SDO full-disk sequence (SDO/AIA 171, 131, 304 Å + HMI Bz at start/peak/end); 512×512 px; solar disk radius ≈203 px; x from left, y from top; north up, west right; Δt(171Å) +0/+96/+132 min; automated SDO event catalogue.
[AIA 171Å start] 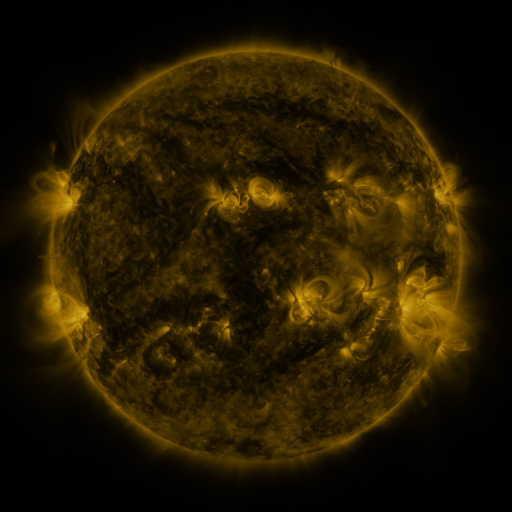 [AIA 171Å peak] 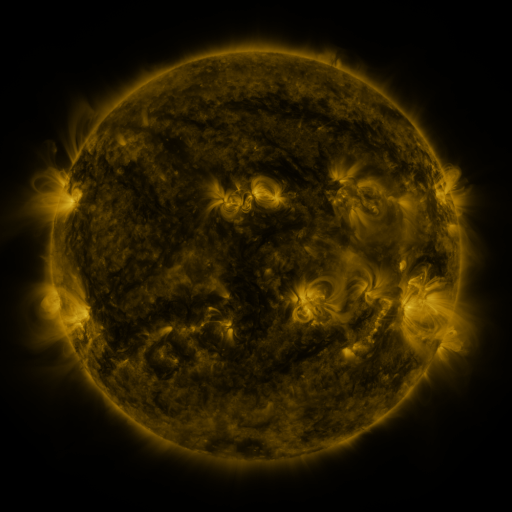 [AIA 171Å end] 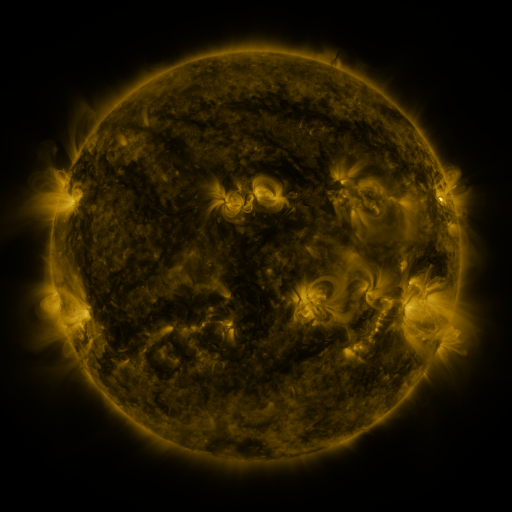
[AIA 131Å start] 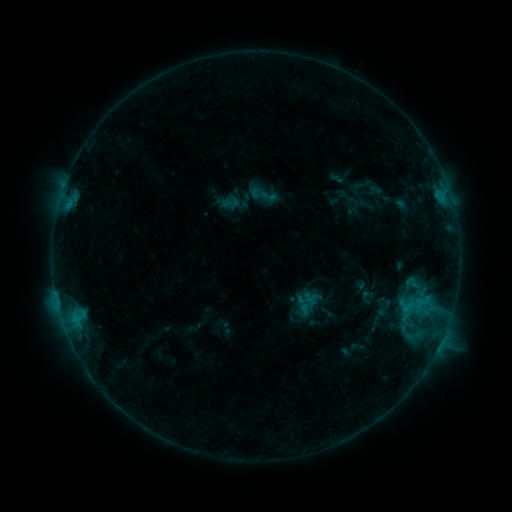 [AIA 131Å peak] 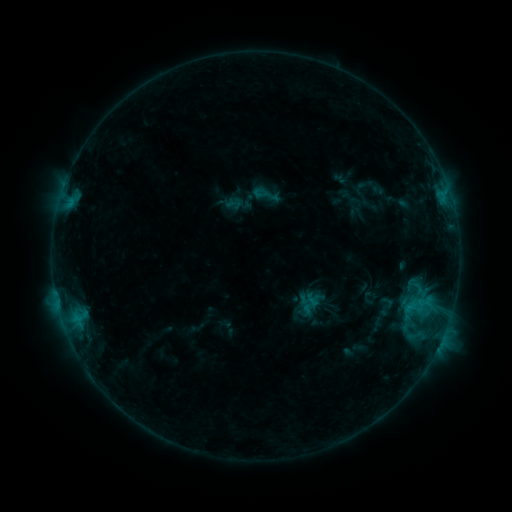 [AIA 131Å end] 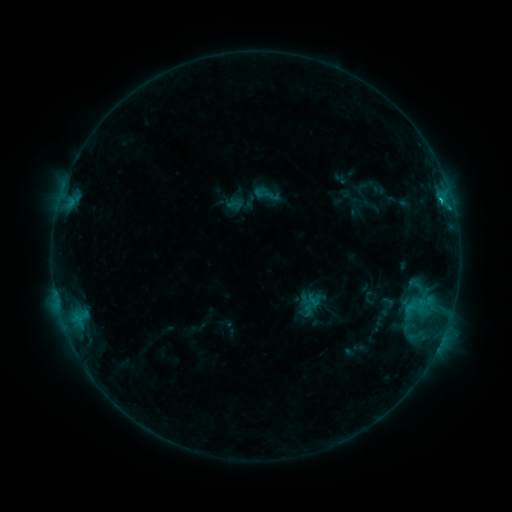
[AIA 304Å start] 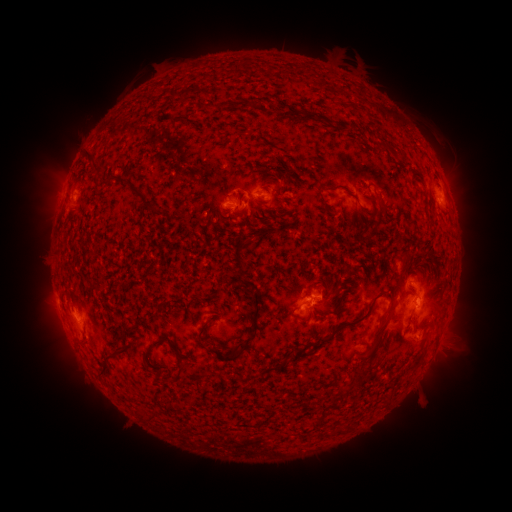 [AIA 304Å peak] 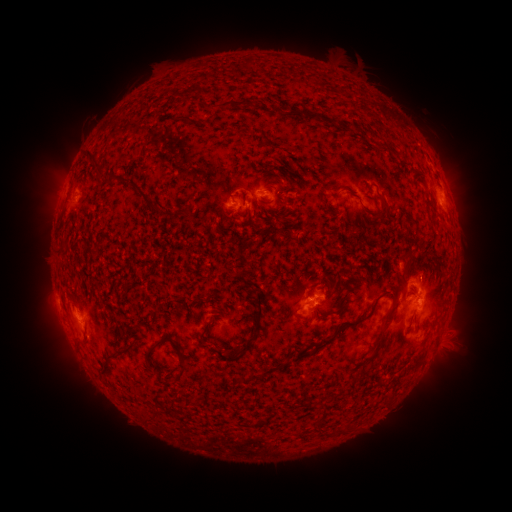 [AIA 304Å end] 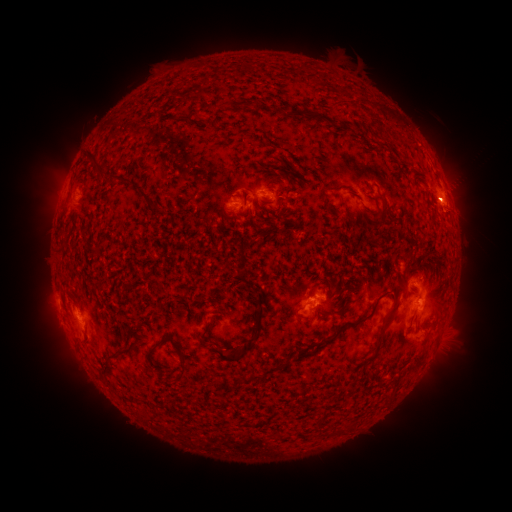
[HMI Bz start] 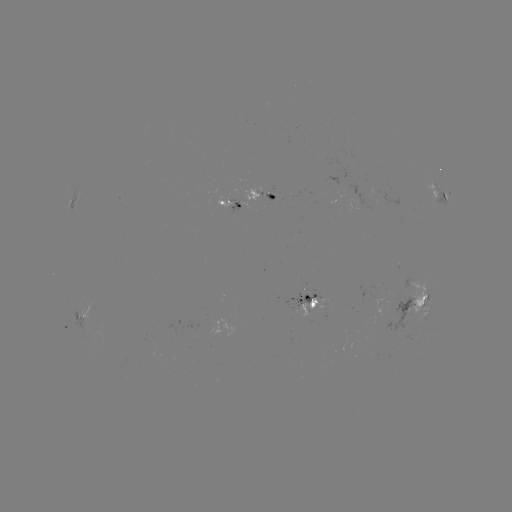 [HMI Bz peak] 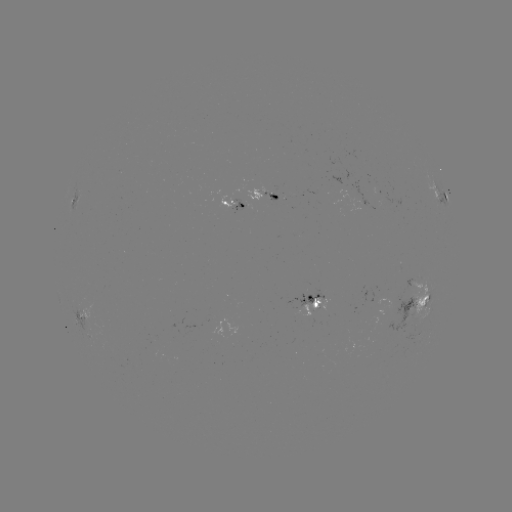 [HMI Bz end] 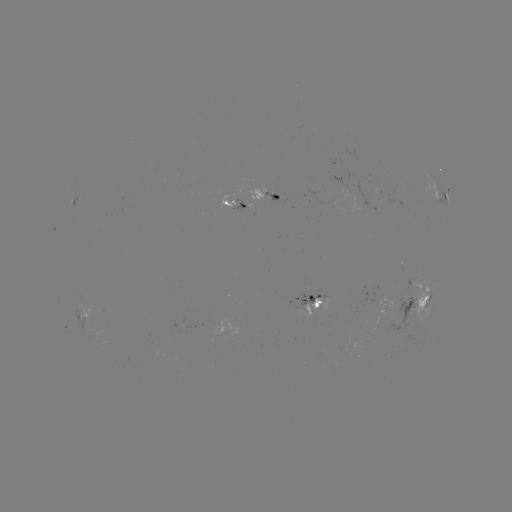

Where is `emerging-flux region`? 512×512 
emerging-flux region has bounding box [364, 173, 378, 194].